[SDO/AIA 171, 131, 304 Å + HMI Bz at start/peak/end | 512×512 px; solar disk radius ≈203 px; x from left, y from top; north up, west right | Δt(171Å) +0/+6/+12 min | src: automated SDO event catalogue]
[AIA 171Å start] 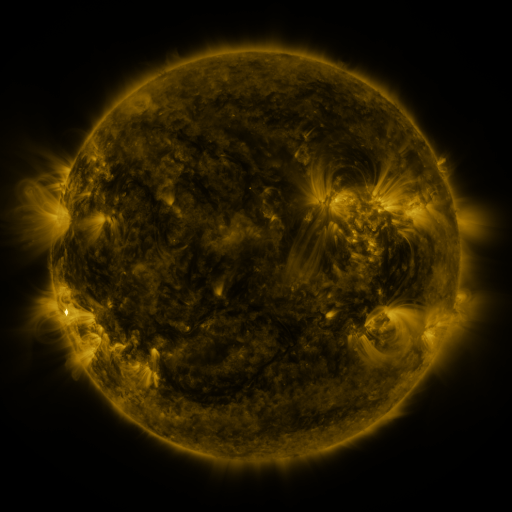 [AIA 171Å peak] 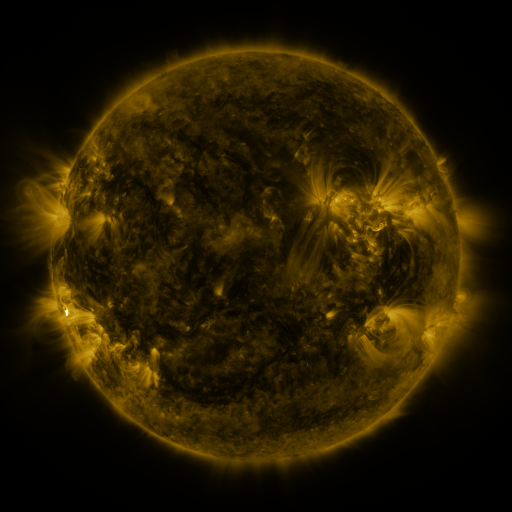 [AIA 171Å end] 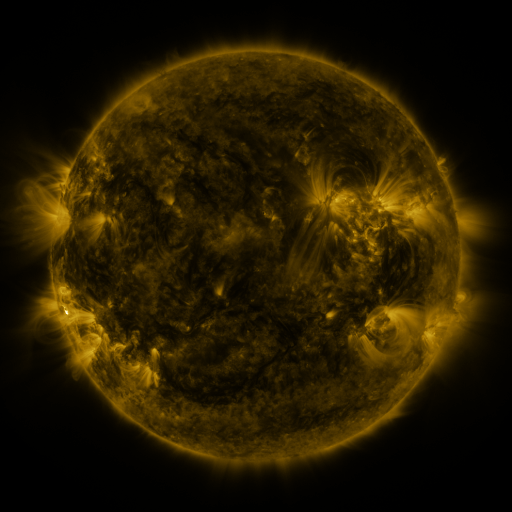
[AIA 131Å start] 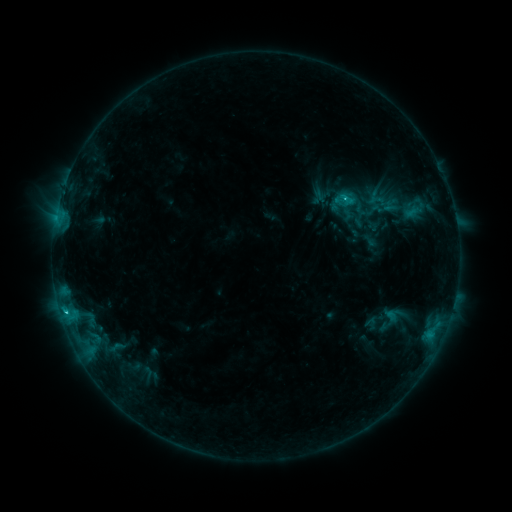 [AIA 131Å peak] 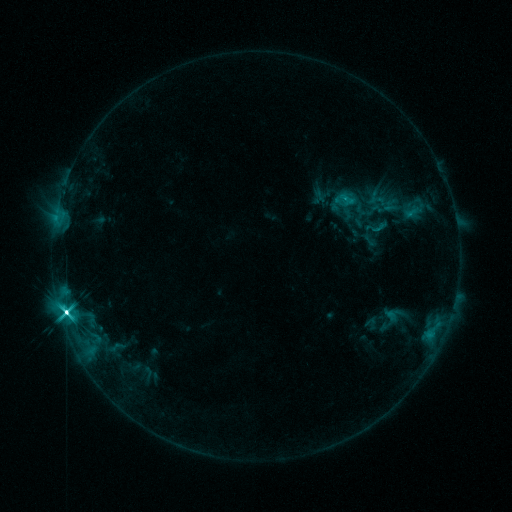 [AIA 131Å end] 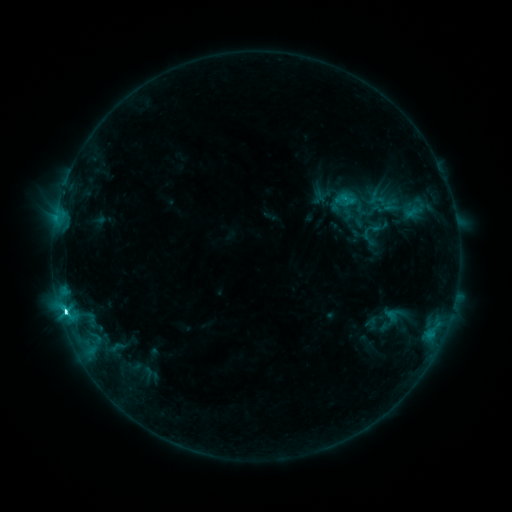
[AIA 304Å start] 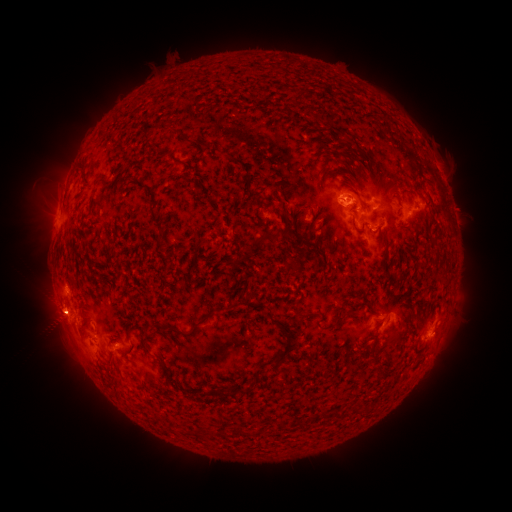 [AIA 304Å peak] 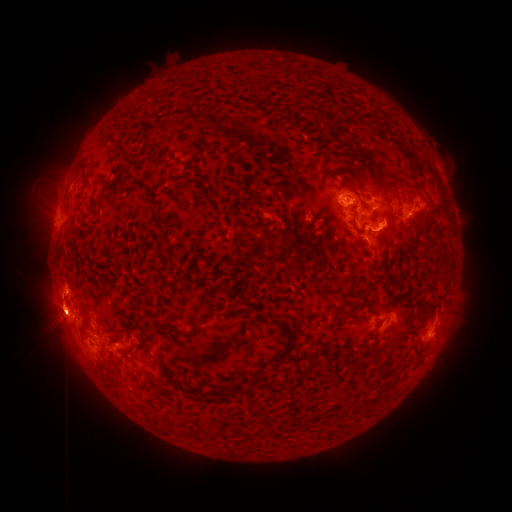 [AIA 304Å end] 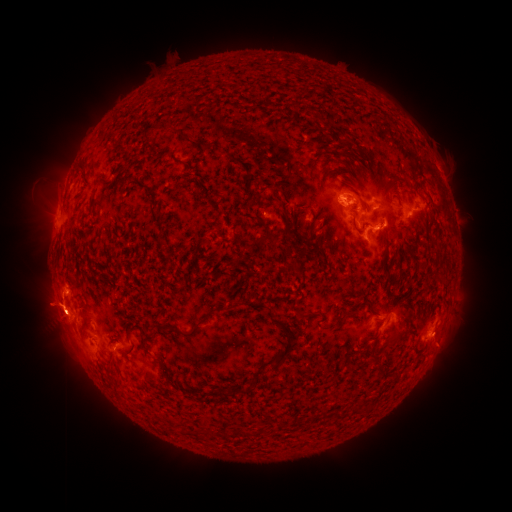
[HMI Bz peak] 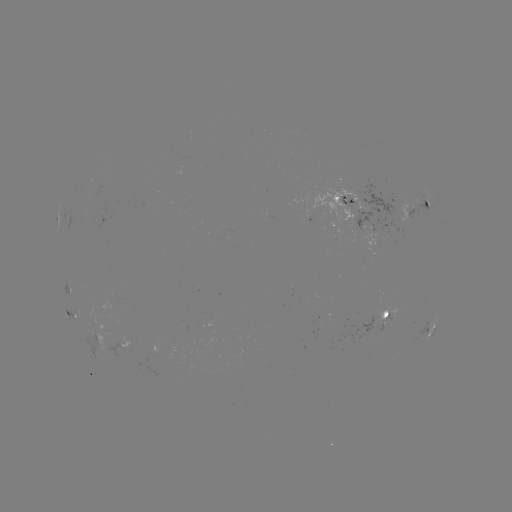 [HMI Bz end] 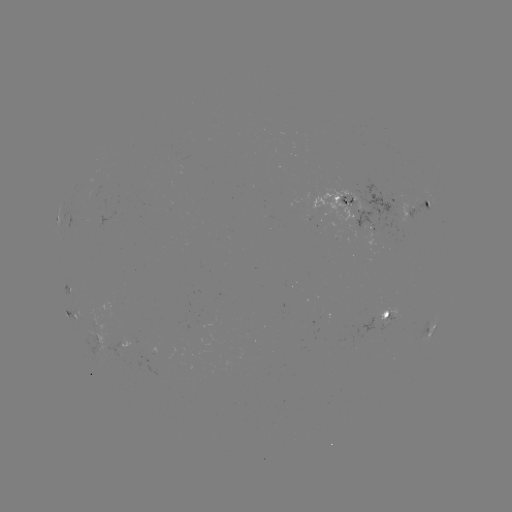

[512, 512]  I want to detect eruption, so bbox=[417, 293, 481, 384].